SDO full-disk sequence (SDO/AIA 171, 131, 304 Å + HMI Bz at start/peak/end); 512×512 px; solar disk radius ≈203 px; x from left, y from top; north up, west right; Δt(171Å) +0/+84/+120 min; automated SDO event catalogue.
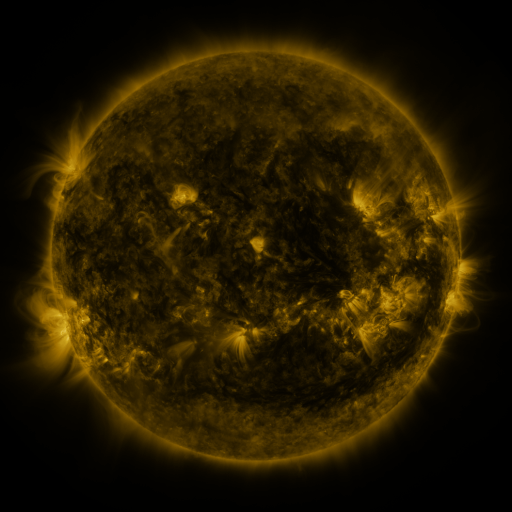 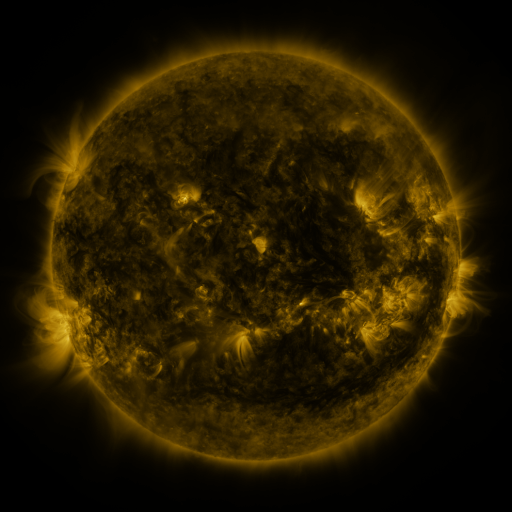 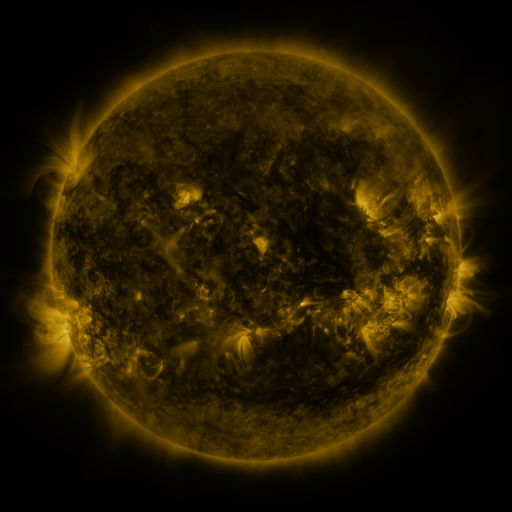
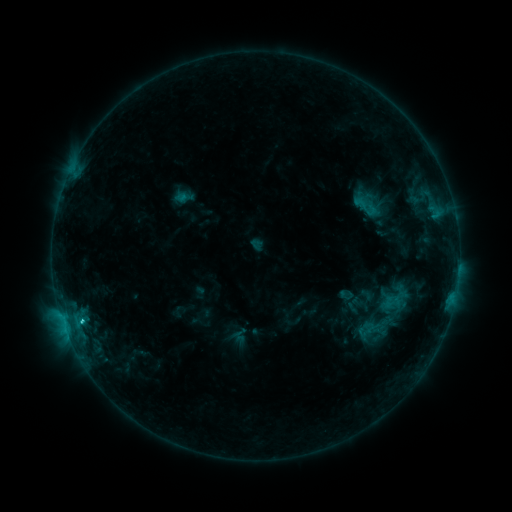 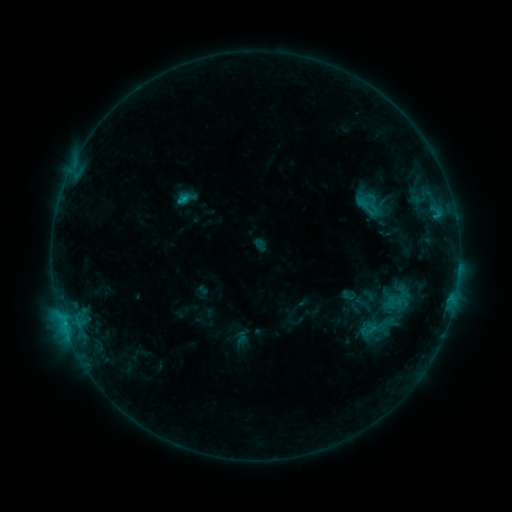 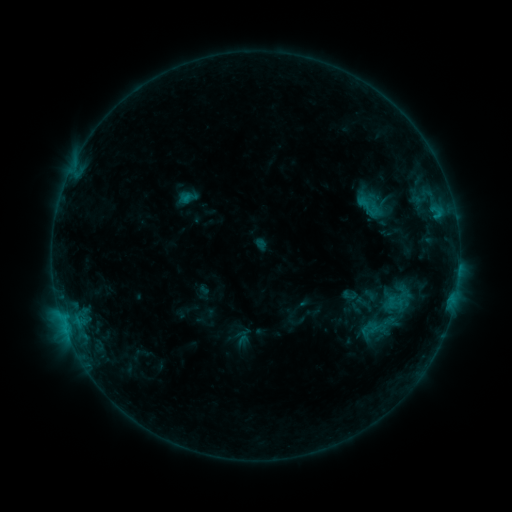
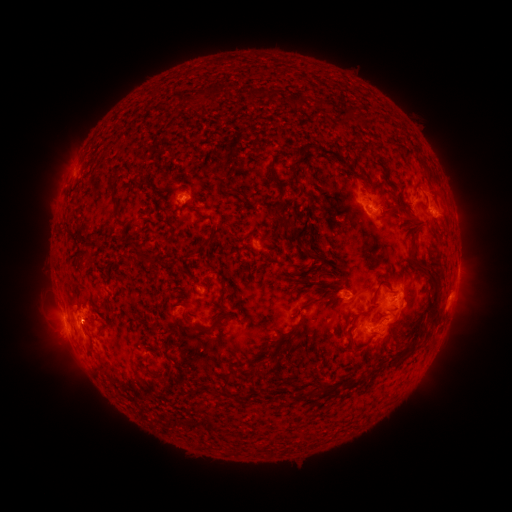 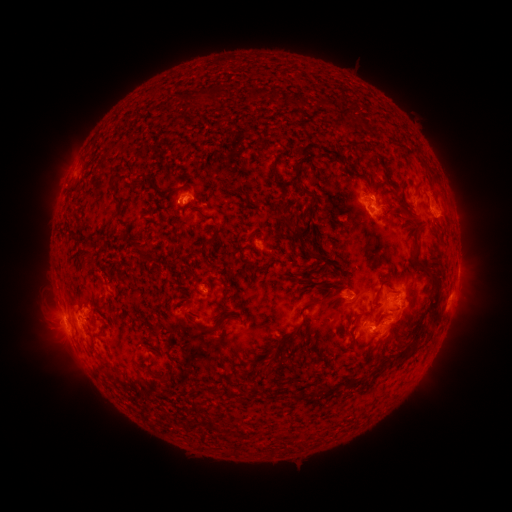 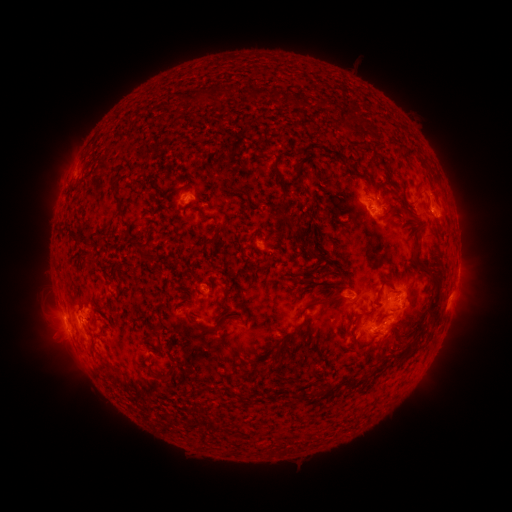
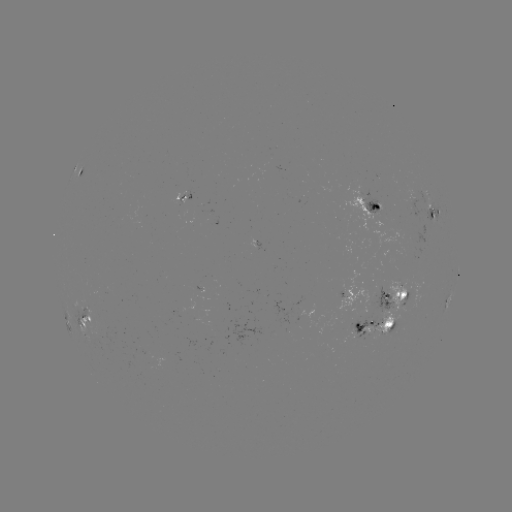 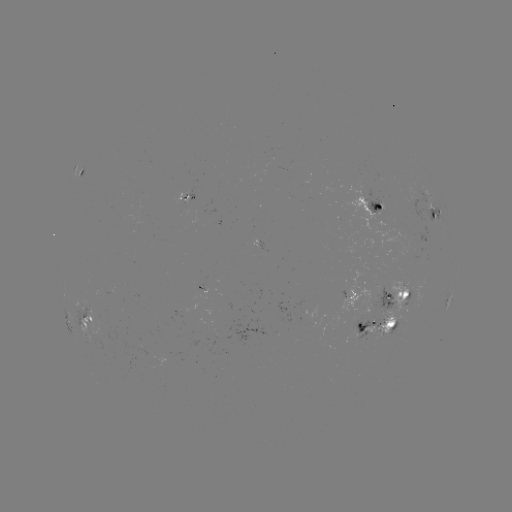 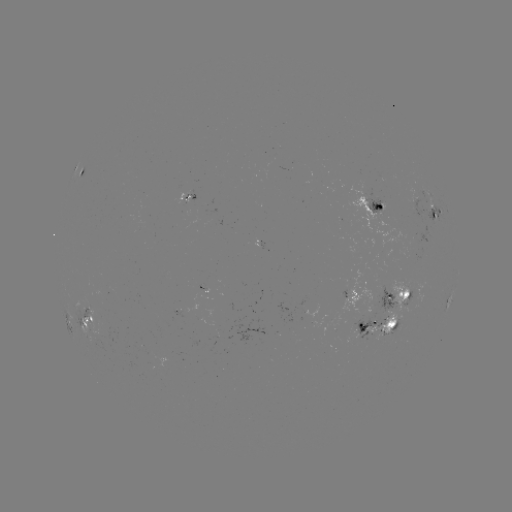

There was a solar emerging-flux region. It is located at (149, 358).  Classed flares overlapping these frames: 2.